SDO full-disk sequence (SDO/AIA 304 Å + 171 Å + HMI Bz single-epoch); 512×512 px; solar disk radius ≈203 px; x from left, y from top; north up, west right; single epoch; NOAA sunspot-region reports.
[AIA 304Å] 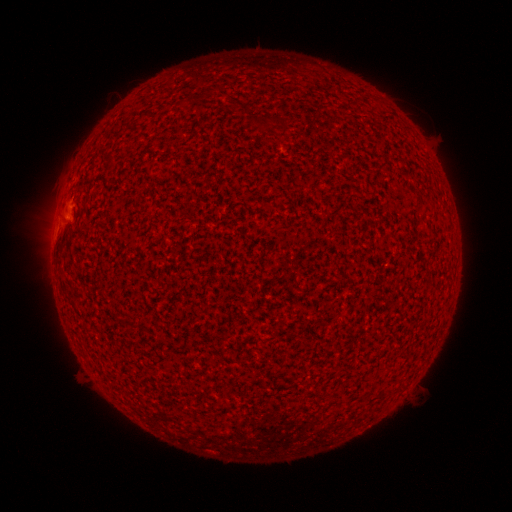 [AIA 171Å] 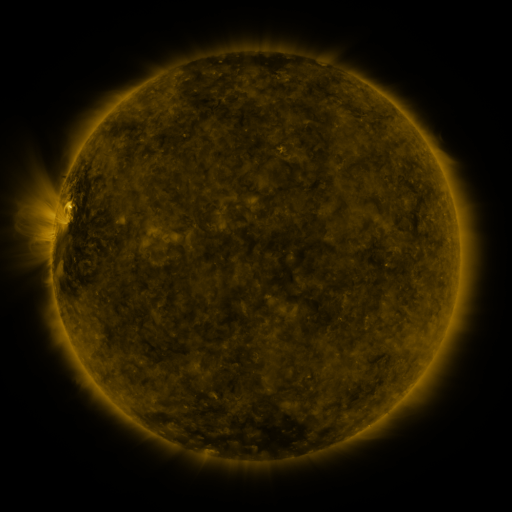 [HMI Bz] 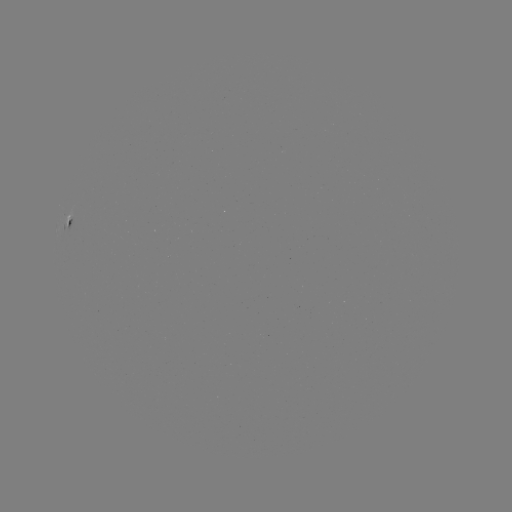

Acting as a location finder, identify spotted active region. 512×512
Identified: (70, 219).